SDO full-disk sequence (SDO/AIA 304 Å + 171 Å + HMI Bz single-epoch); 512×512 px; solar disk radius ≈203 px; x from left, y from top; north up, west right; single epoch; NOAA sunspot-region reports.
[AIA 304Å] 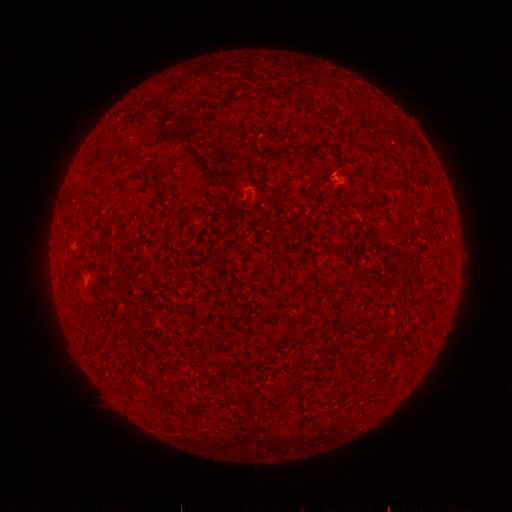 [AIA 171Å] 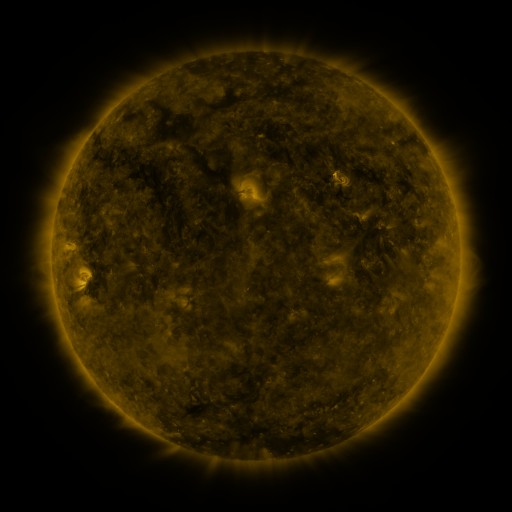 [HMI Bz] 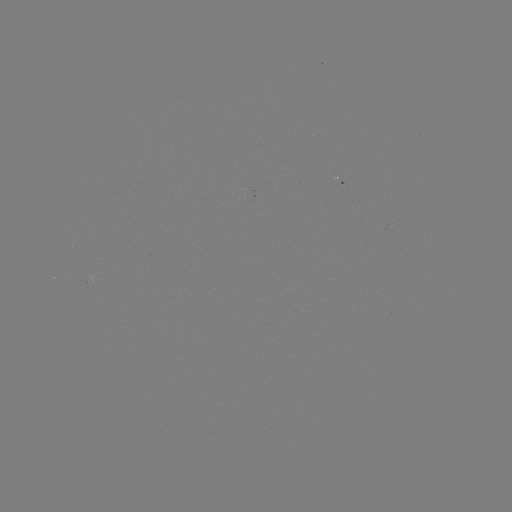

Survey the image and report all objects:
(none)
